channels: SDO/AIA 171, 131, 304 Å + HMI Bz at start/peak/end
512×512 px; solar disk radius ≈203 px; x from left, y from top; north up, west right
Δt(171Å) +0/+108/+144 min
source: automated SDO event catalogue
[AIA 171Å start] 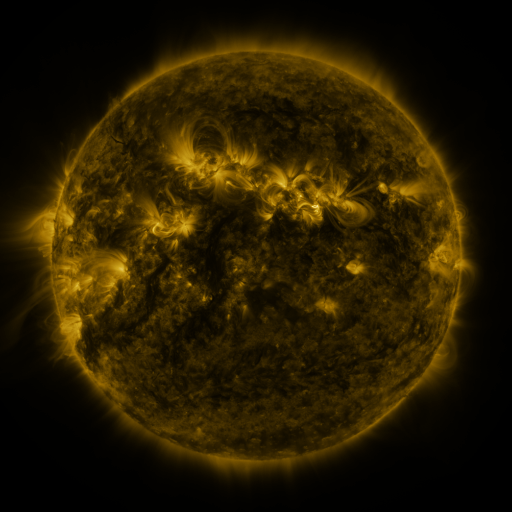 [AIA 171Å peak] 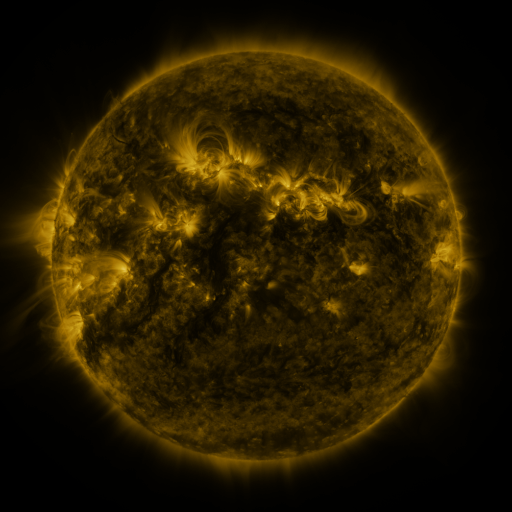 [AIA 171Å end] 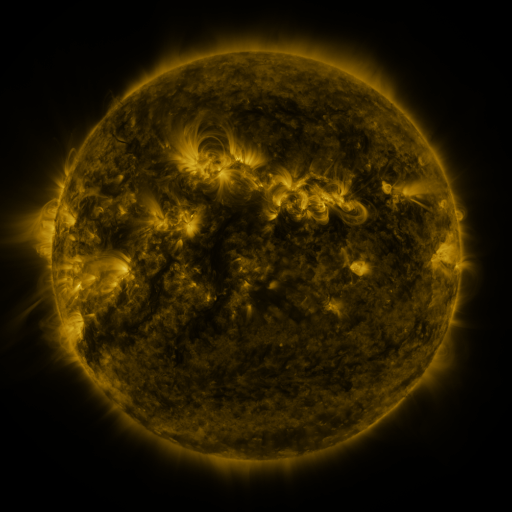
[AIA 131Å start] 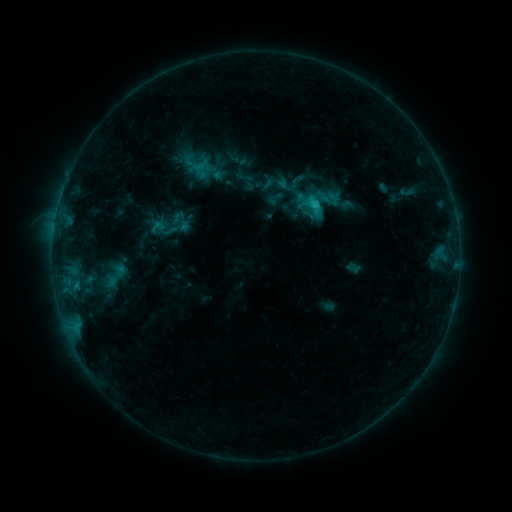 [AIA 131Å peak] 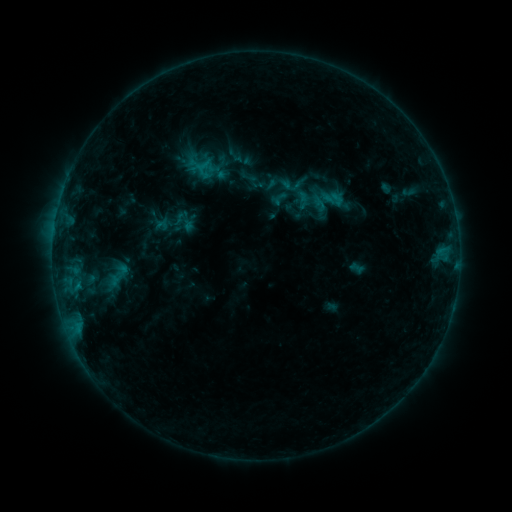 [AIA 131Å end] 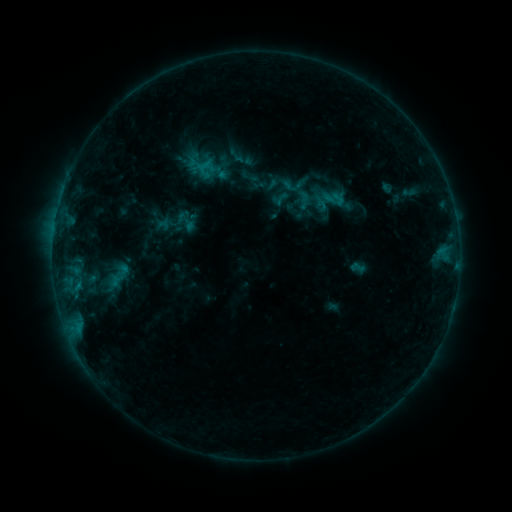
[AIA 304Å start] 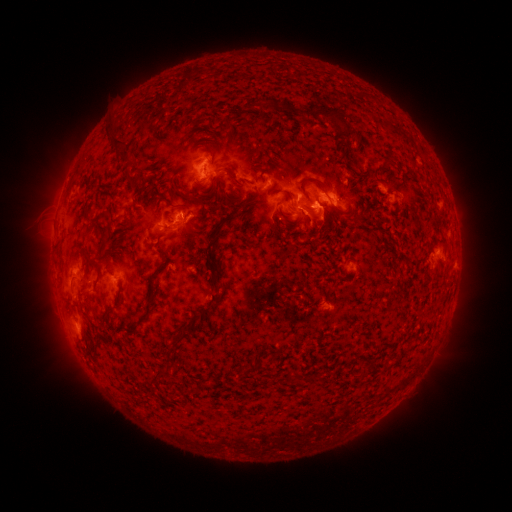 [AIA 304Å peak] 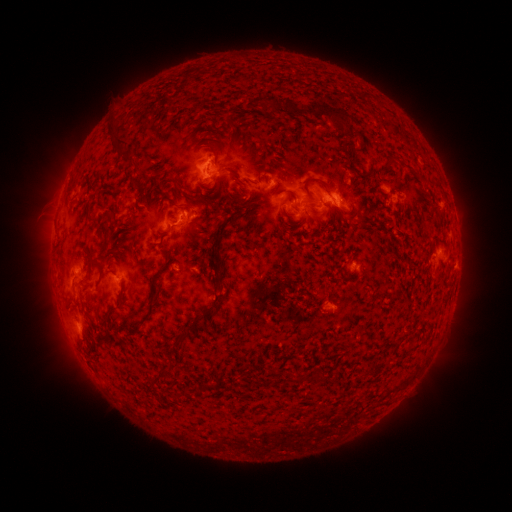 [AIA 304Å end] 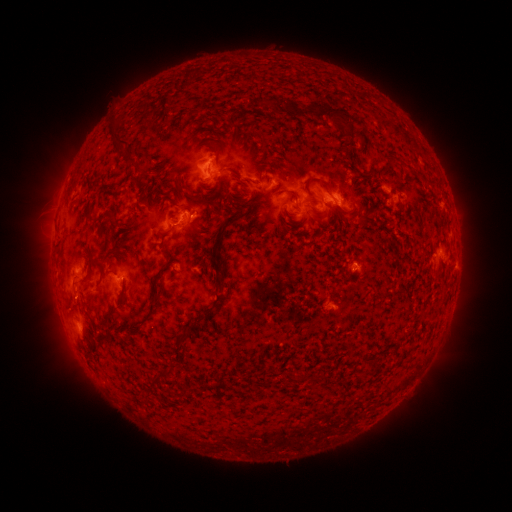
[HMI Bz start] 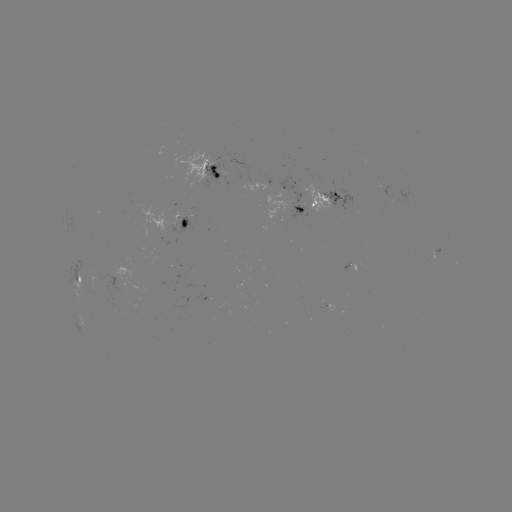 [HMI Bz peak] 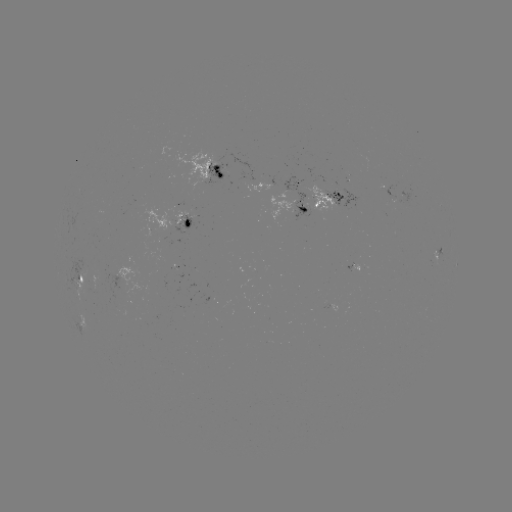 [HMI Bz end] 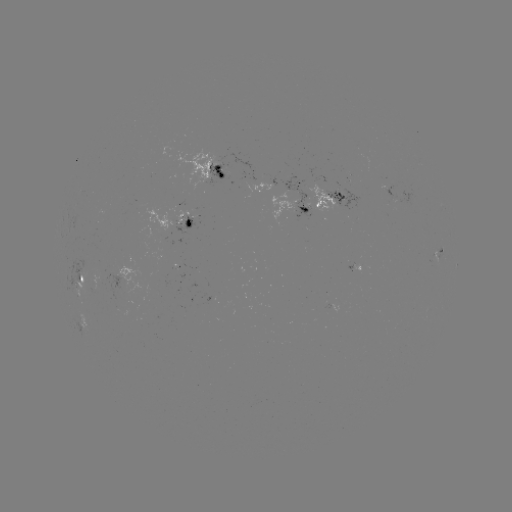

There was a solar emerging-flux region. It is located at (202, 174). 